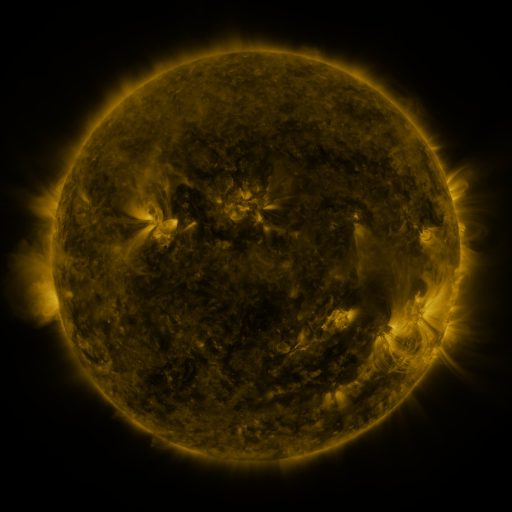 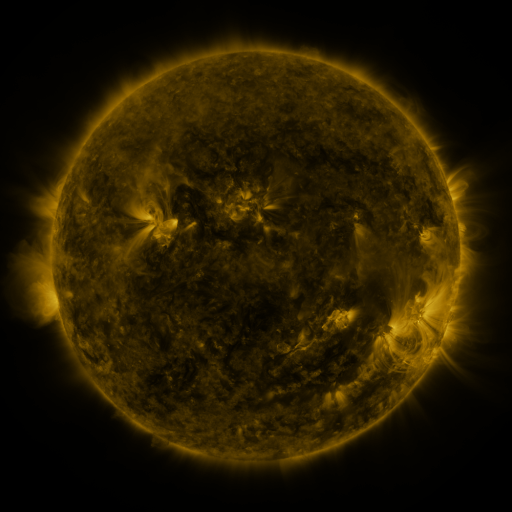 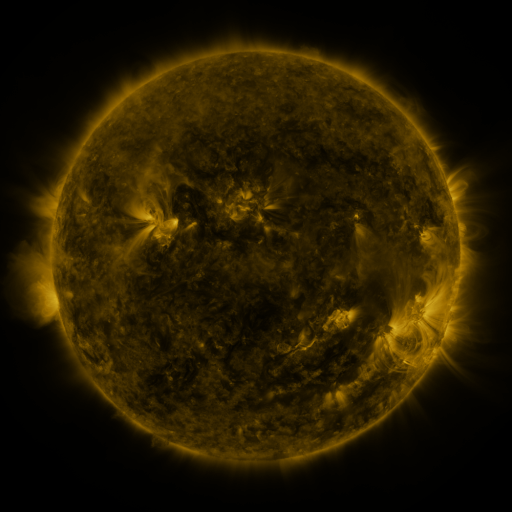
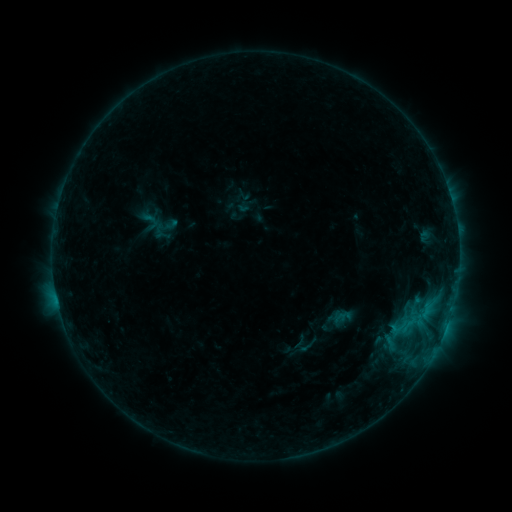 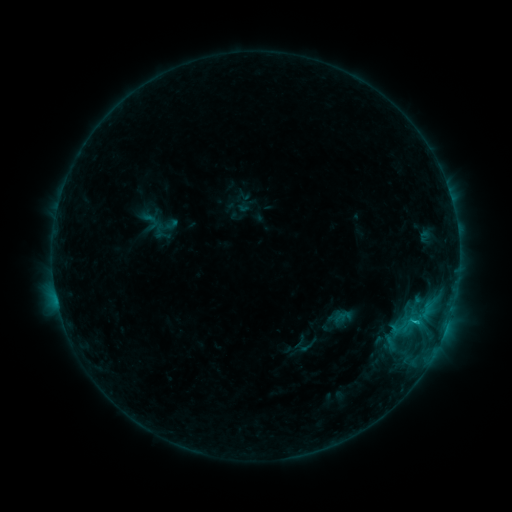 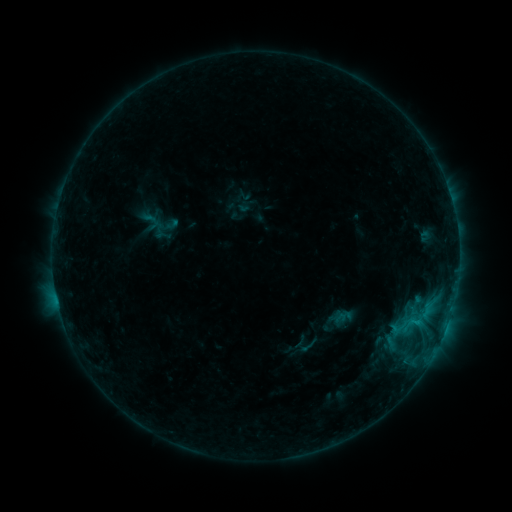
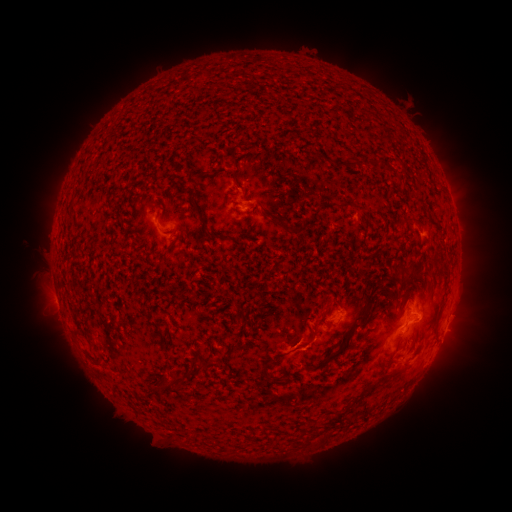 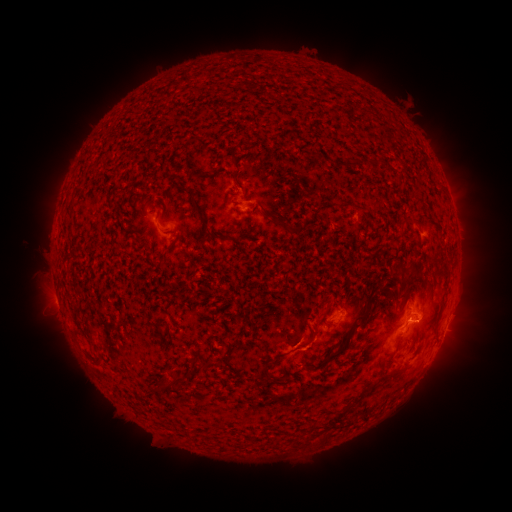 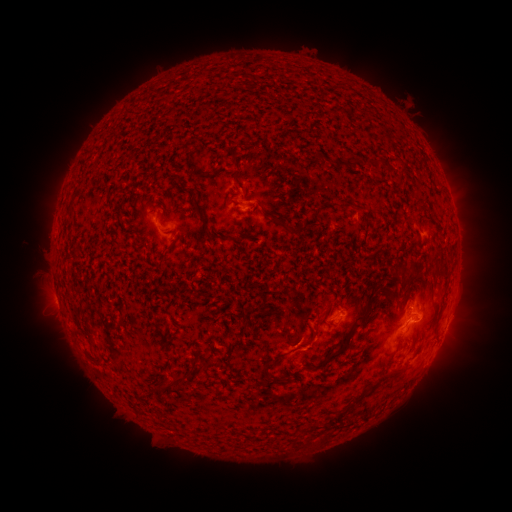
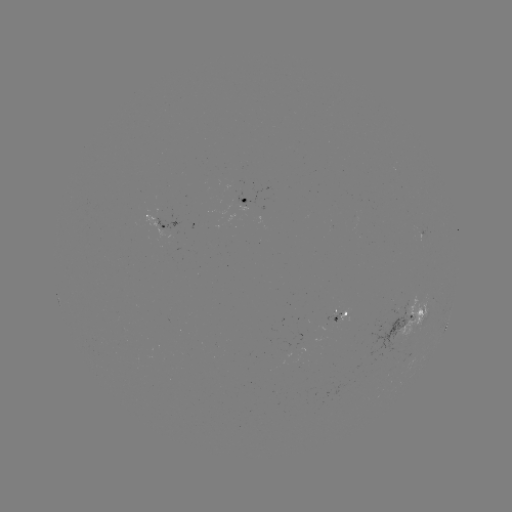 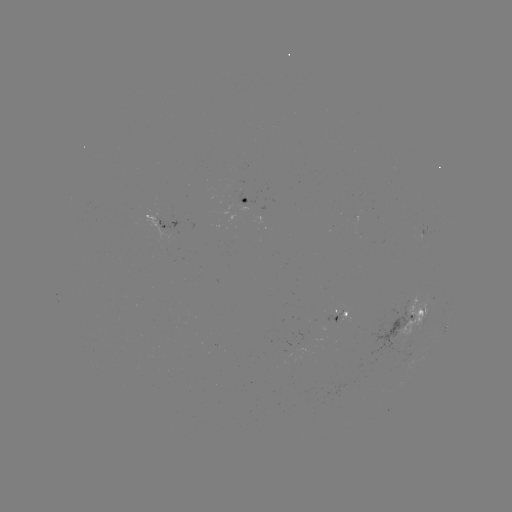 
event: flare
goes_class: B8.9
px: (413, 319)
